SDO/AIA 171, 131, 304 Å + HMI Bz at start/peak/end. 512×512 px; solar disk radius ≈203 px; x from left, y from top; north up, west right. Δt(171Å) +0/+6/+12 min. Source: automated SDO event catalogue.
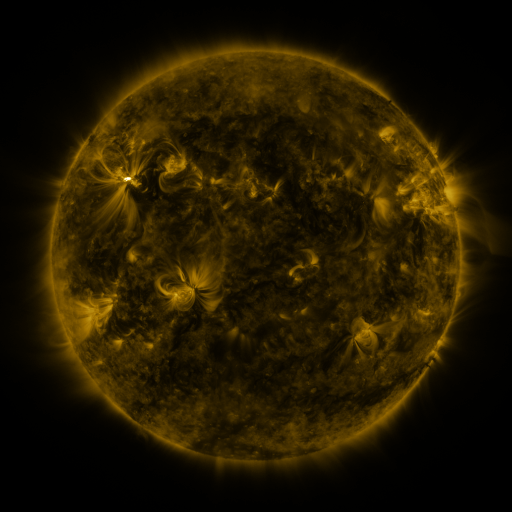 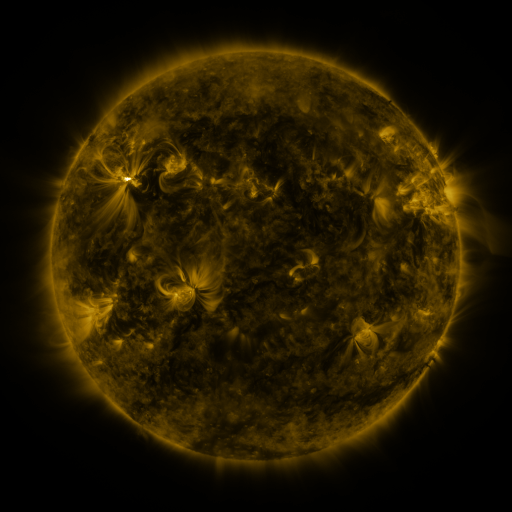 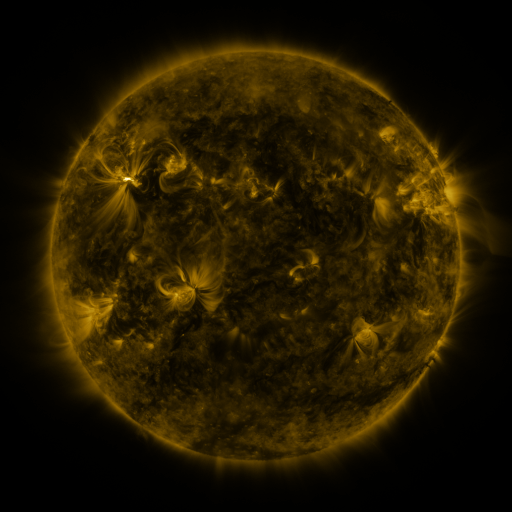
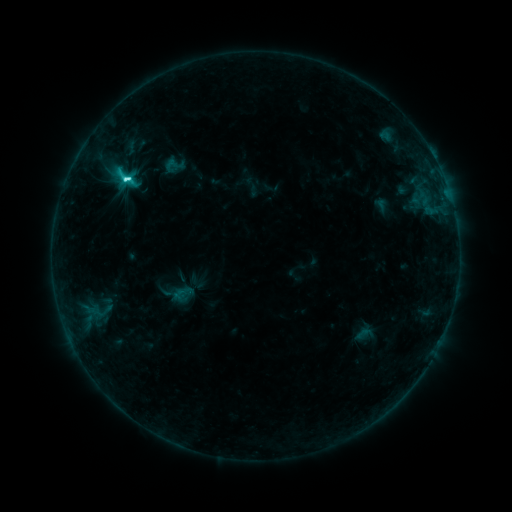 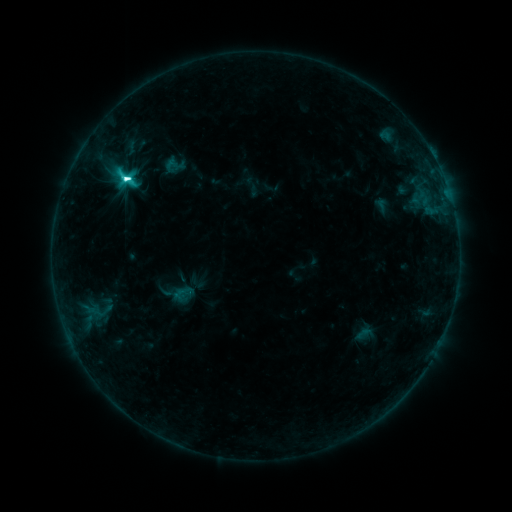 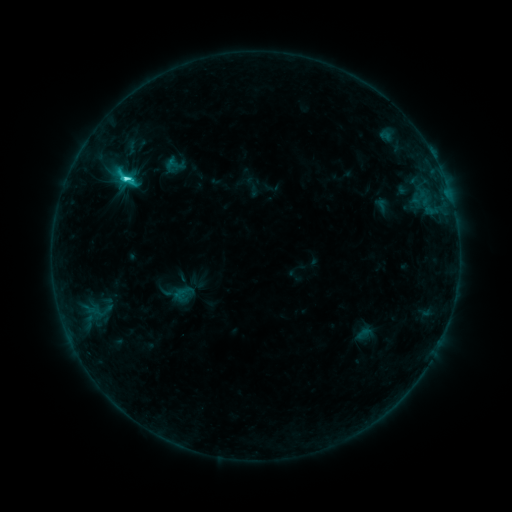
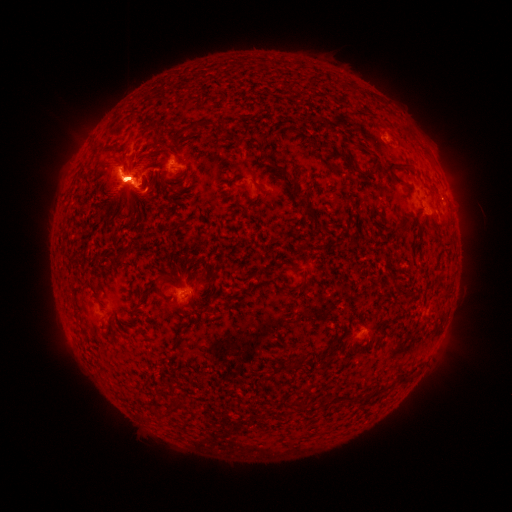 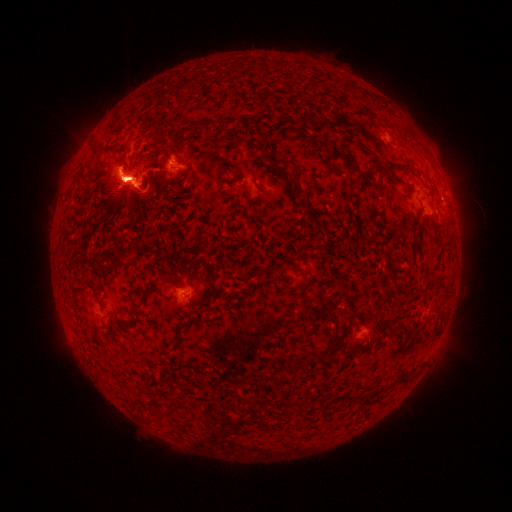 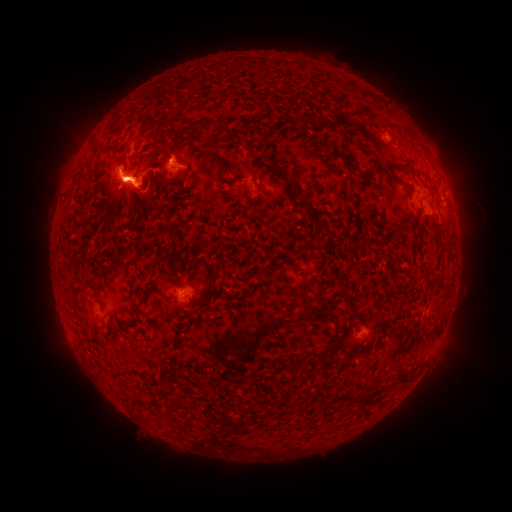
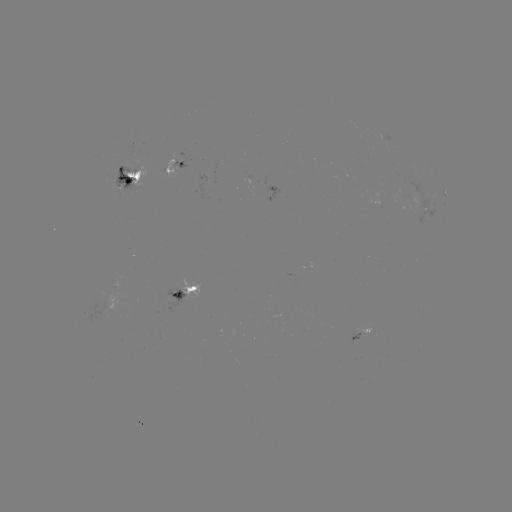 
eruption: [385, 98, 476, 240]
